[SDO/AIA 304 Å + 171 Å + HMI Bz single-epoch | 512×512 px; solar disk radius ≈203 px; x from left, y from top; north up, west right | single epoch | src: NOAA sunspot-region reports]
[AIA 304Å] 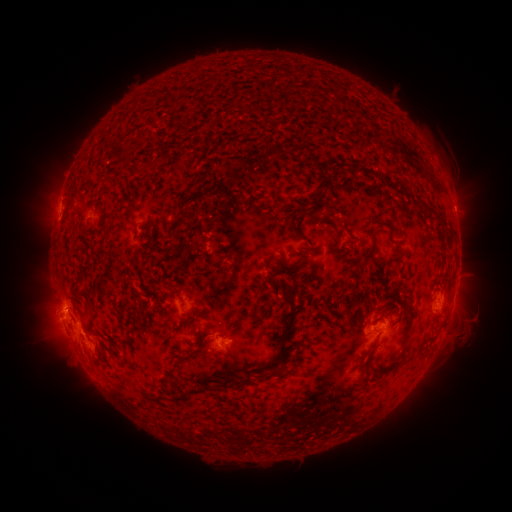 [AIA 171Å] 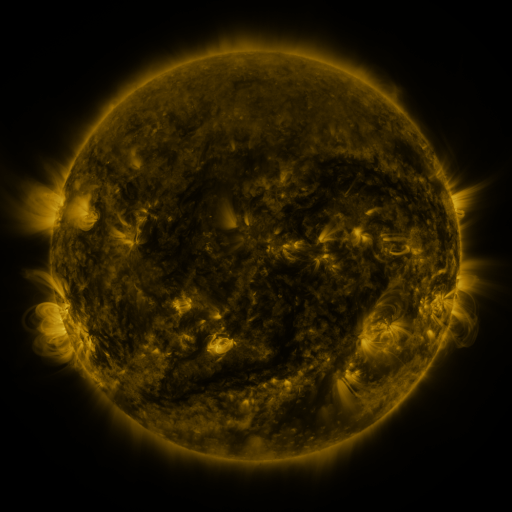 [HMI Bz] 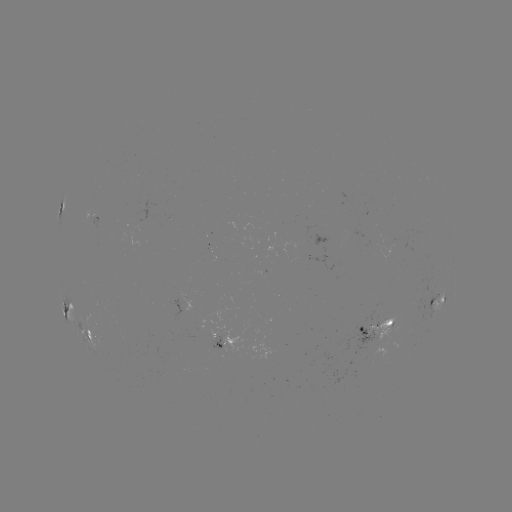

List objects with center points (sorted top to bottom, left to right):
spotted active region: (62, 203)
spotted active region: (92, 217)
spotted active region: (457, 284)
spotted active region: (438, 298)
spotted active region: (72, 310)
spotted active region: (377, 327)
spotted active region: (92, 337)
spotted active region: (225, 342)
